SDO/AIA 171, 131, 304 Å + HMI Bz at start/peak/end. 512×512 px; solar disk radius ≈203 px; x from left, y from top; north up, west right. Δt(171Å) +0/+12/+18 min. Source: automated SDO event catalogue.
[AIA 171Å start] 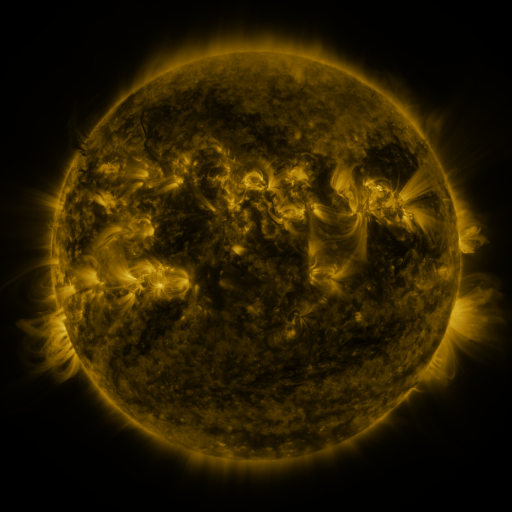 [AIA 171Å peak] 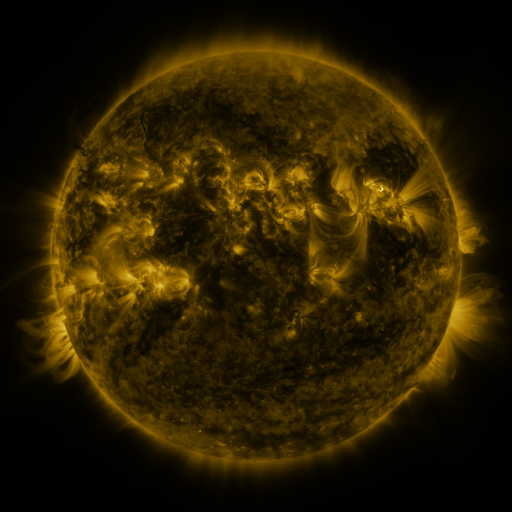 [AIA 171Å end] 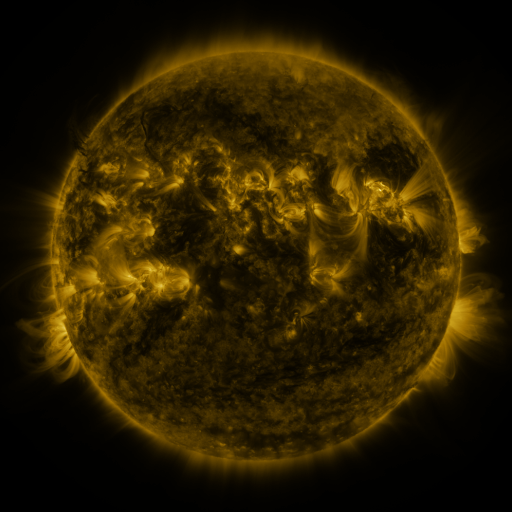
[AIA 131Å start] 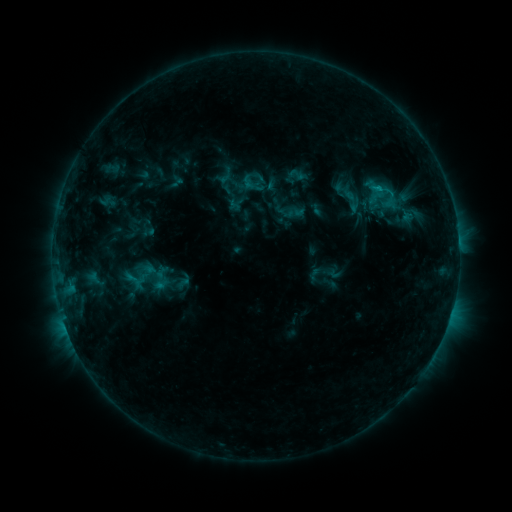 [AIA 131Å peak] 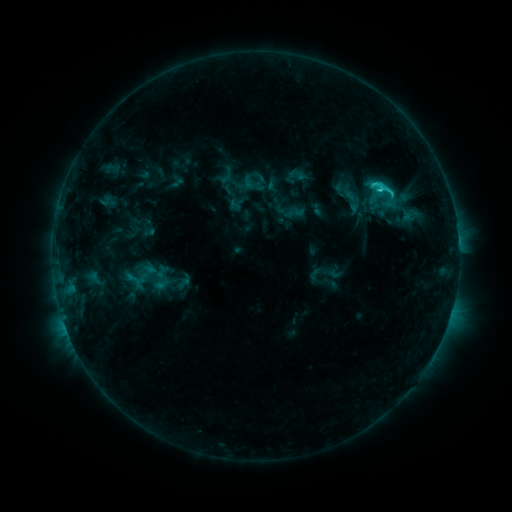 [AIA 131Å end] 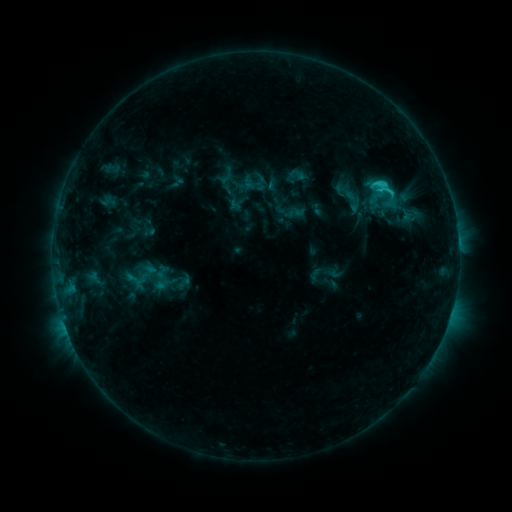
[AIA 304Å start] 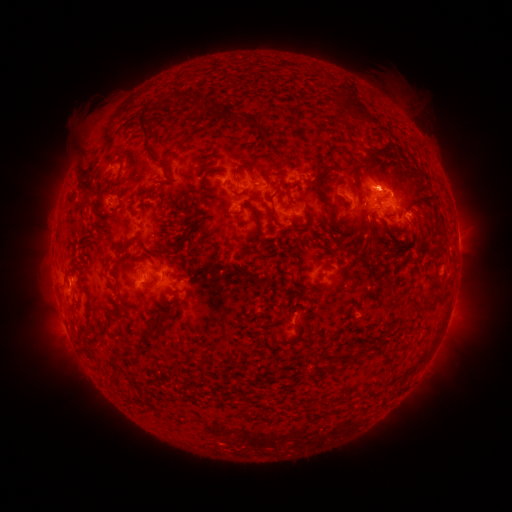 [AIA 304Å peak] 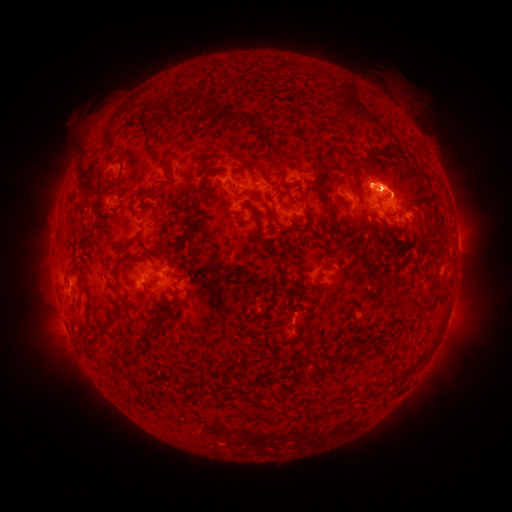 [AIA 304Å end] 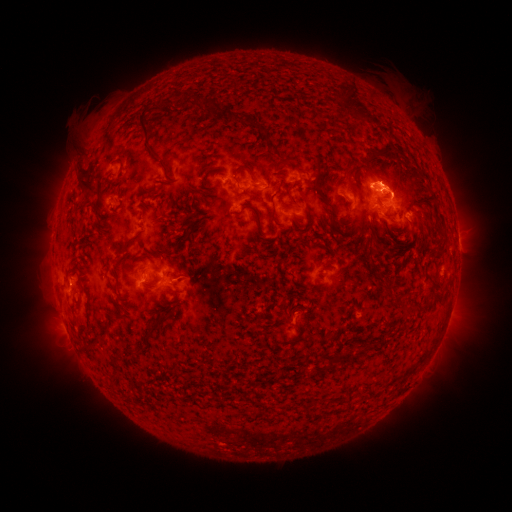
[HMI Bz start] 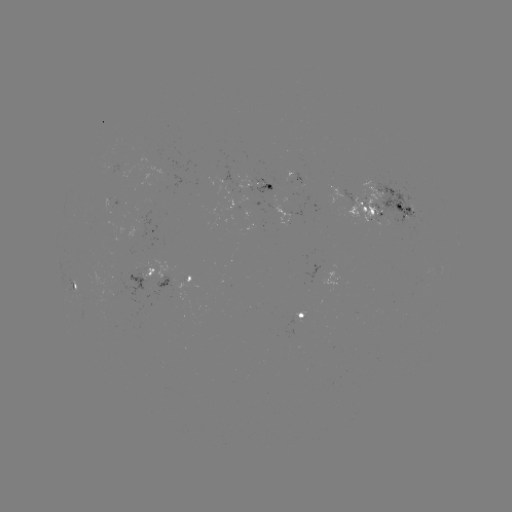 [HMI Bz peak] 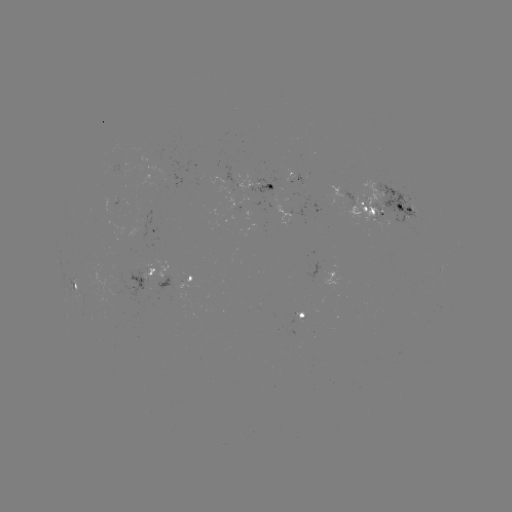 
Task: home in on C2.1 flare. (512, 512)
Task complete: (379, 192).